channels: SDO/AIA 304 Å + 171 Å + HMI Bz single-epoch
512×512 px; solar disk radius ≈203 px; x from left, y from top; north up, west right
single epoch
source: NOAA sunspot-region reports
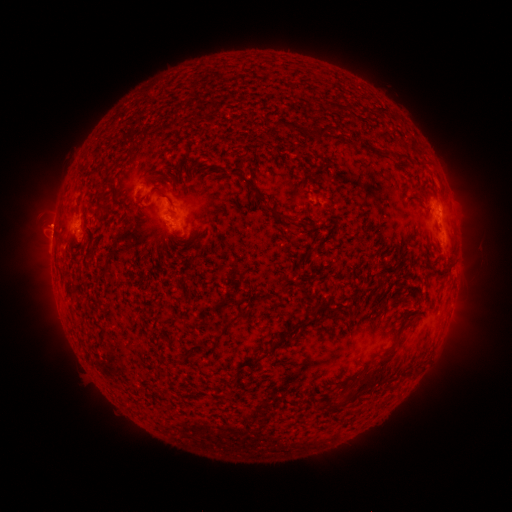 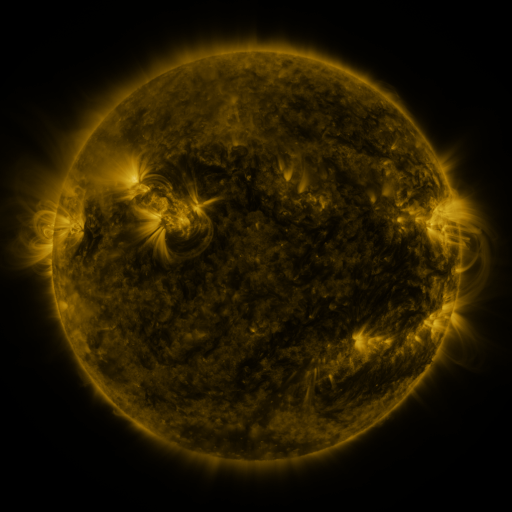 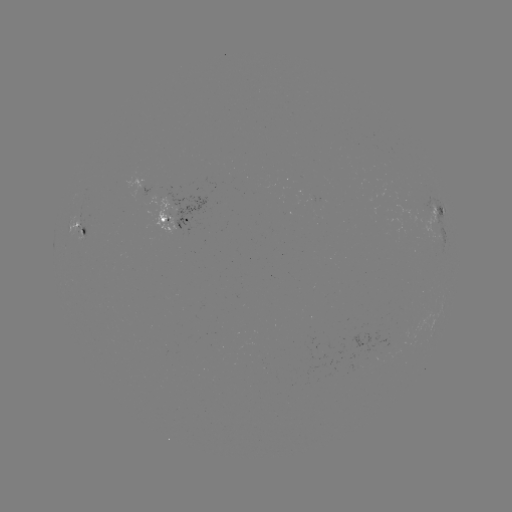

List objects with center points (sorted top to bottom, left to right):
spotted active region: (437, 209)
spotted active region: (177, 222)
spotted active region: (87, 227)
spotted active region: (440, 233)
